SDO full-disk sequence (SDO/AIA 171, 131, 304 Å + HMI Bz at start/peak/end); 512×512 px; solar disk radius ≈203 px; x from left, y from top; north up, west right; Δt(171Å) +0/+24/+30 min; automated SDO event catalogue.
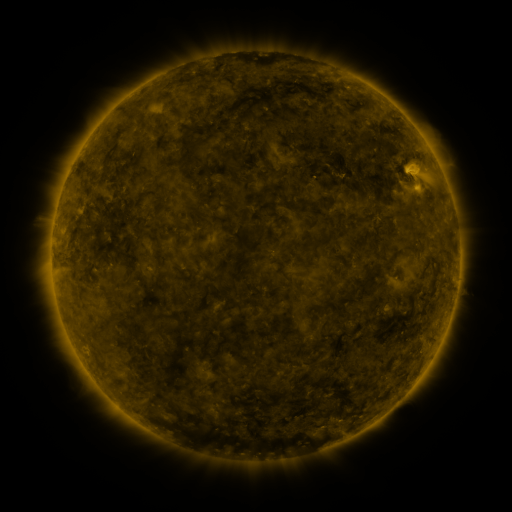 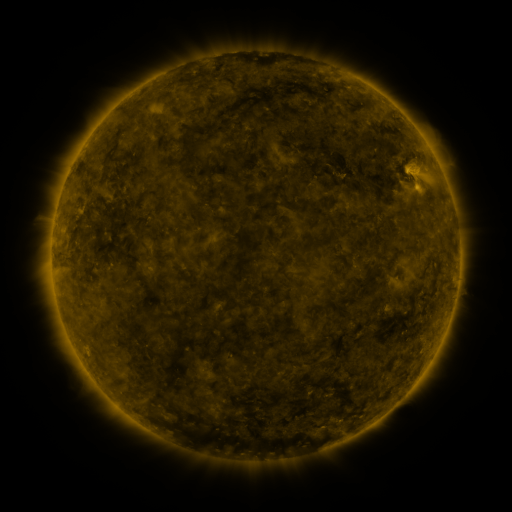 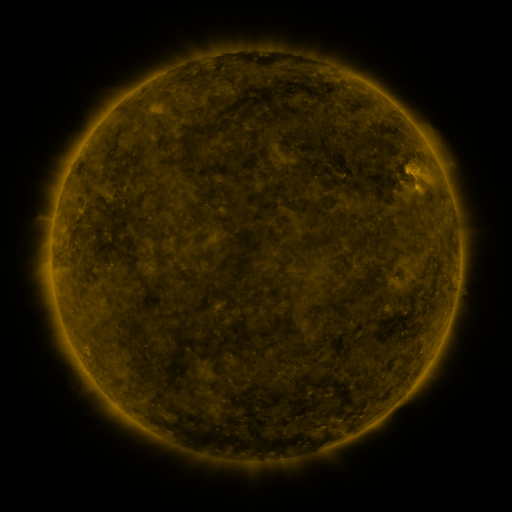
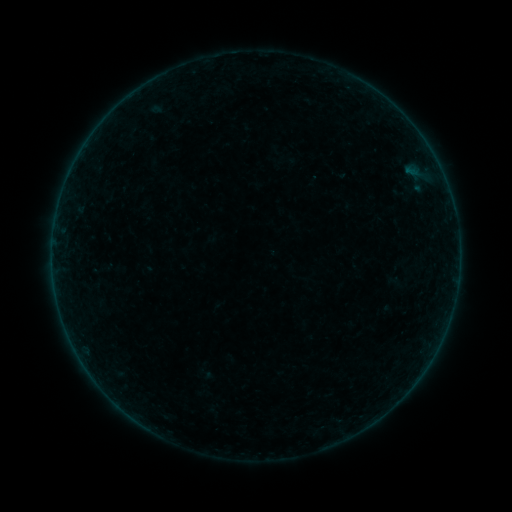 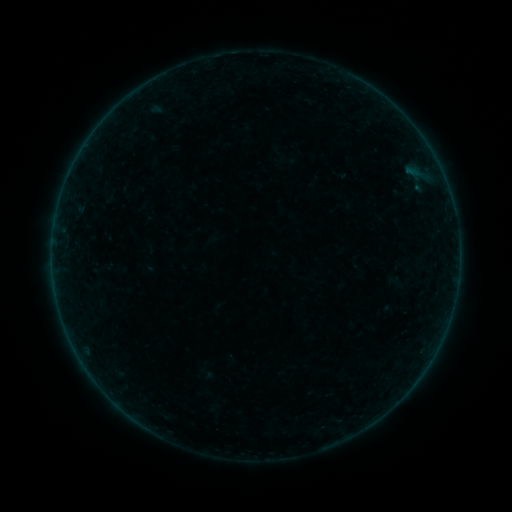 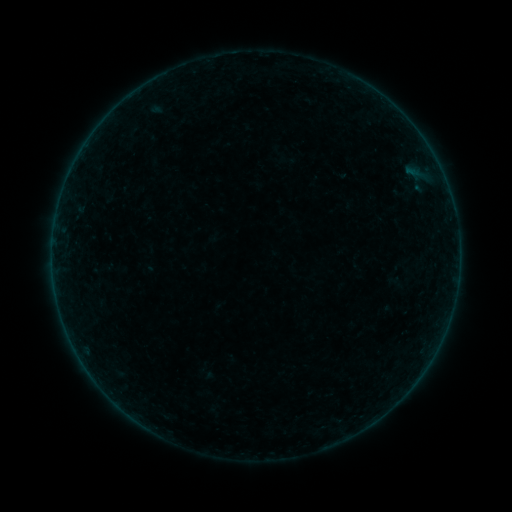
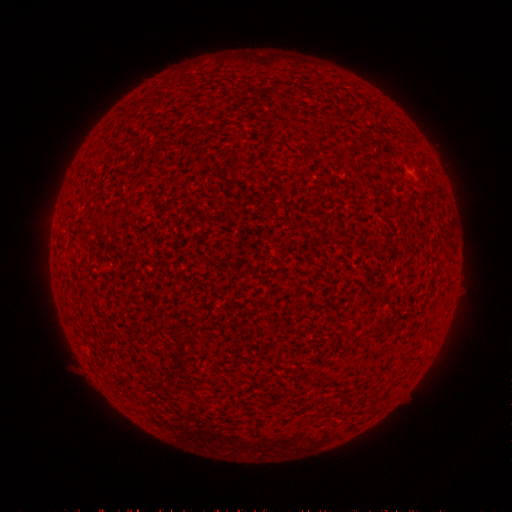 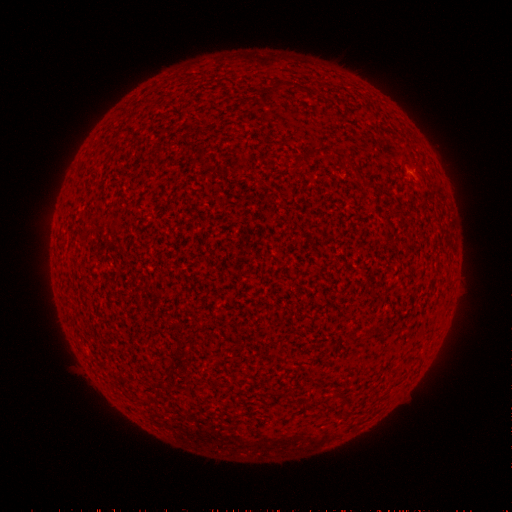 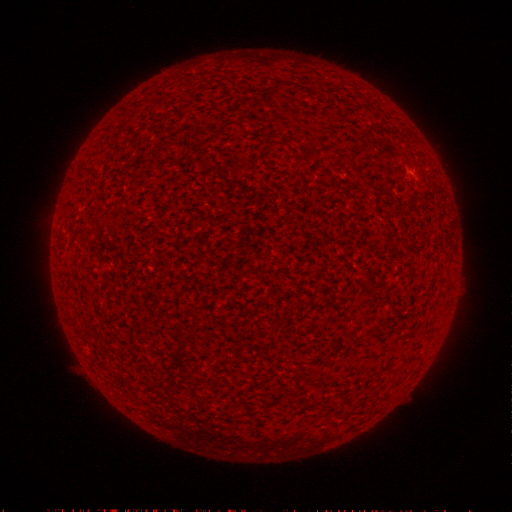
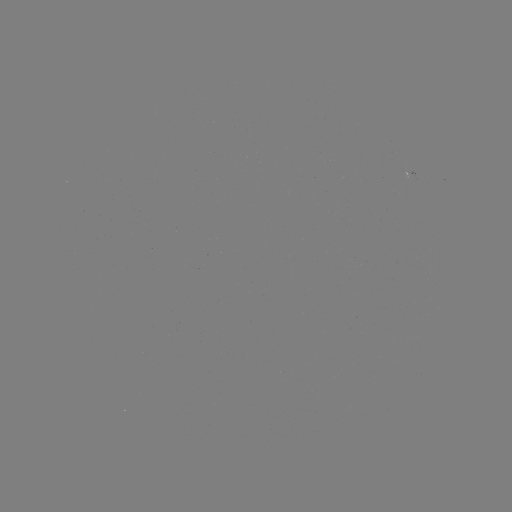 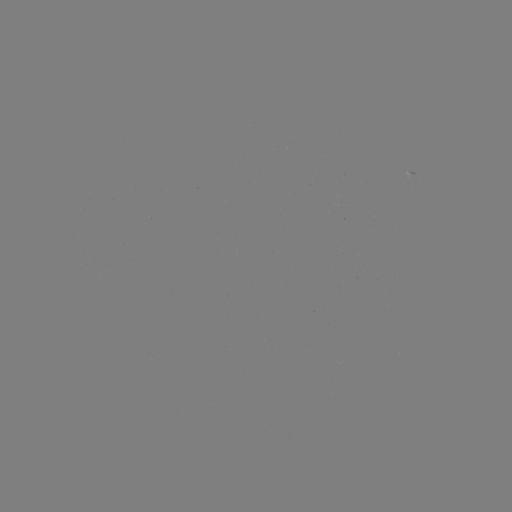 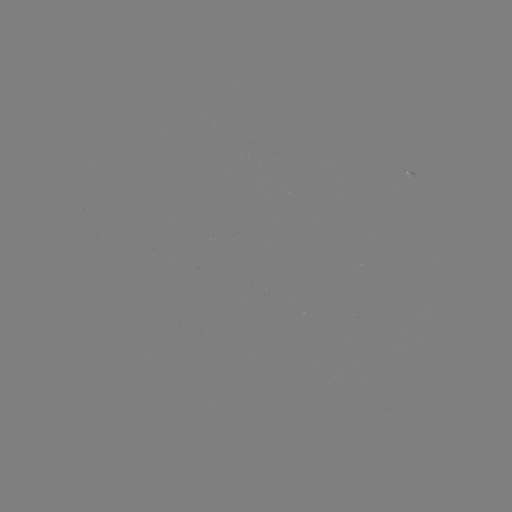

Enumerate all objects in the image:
A3.9 flare: (409, 175)
